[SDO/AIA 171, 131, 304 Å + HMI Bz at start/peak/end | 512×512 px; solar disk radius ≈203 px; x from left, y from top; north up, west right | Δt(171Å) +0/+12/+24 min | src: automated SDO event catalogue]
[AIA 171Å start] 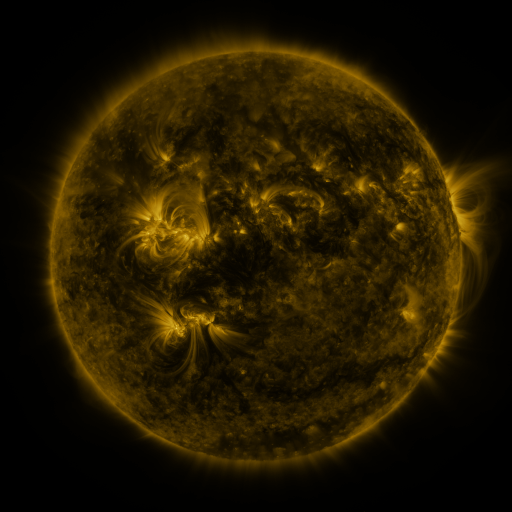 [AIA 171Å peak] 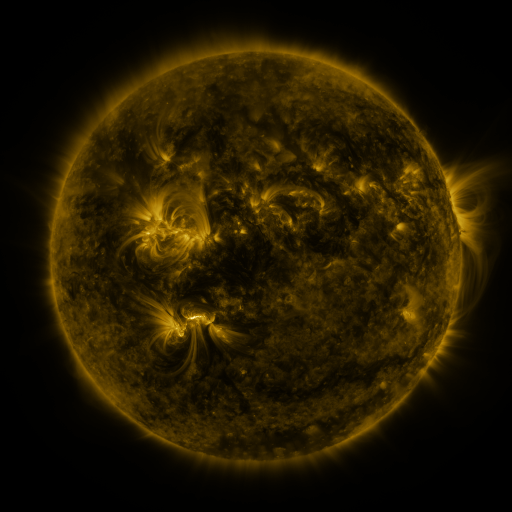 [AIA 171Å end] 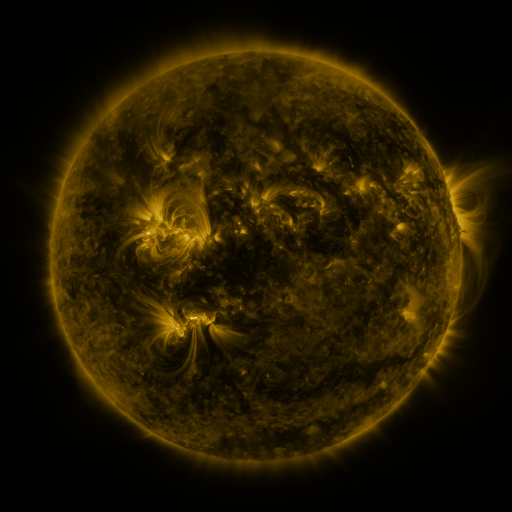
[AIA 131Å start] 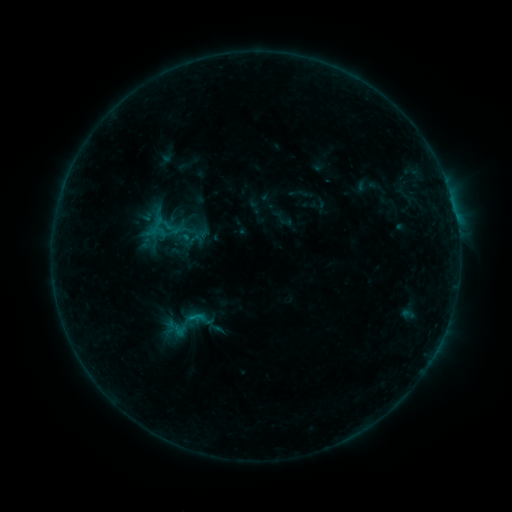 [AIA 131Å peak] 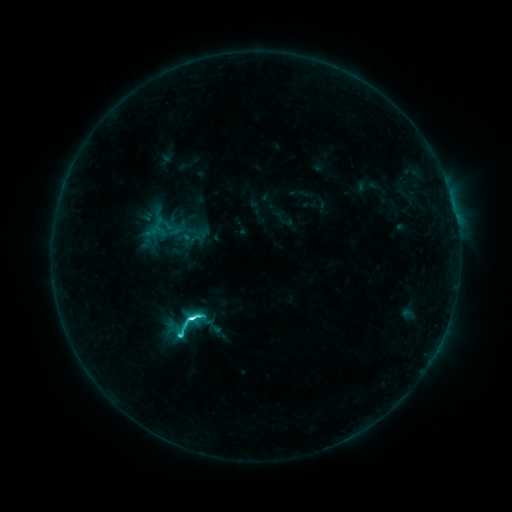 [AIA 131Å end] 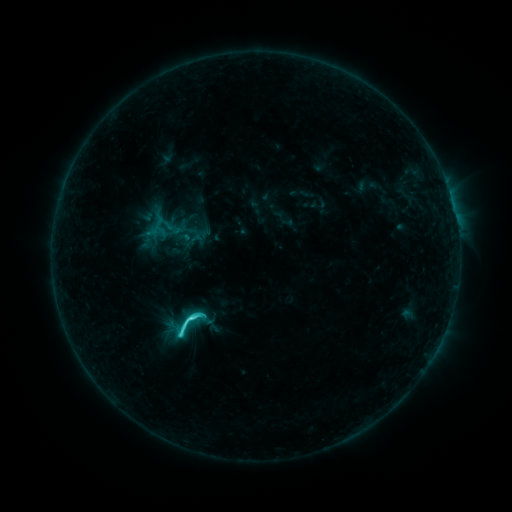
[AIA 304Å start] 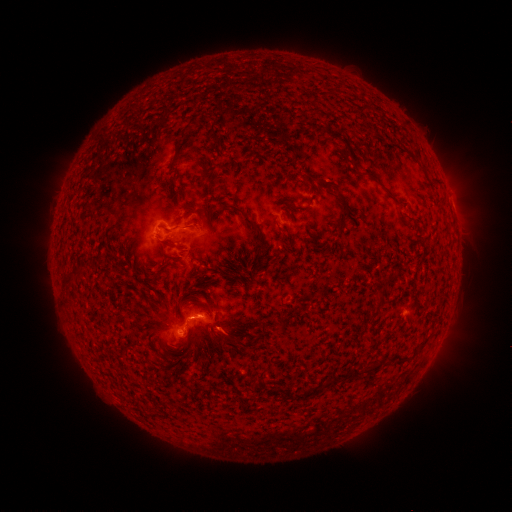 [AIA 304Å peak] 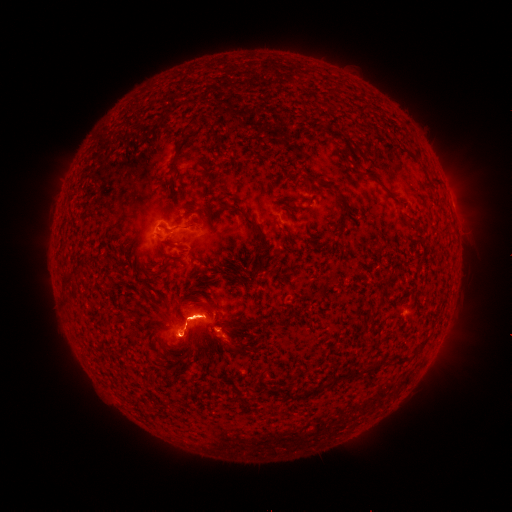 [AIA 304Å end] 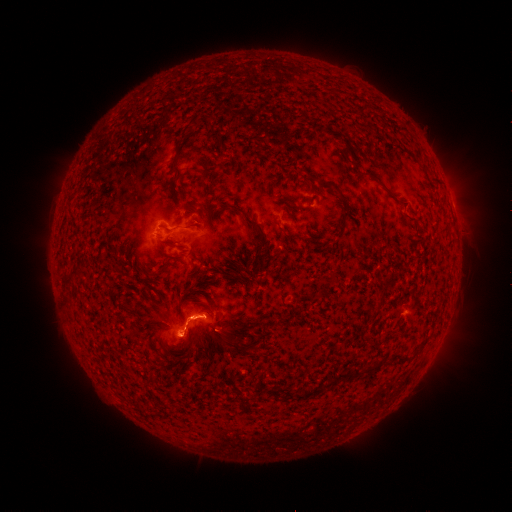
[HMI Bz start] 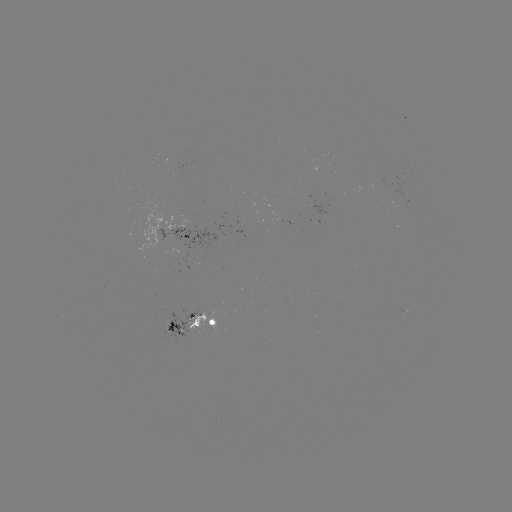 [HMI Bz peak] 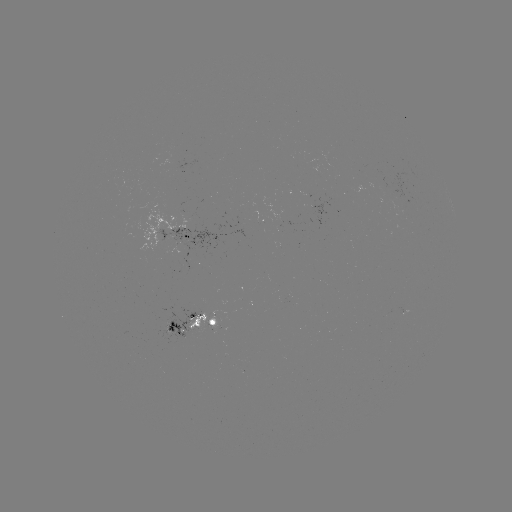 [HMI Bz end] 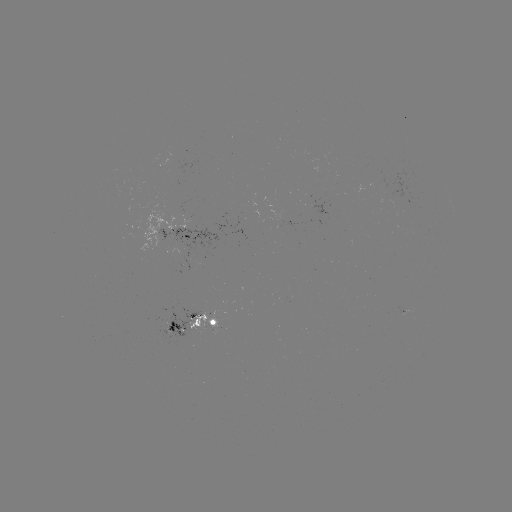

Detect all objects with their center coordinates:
C7.8 flare: (193, 315)
